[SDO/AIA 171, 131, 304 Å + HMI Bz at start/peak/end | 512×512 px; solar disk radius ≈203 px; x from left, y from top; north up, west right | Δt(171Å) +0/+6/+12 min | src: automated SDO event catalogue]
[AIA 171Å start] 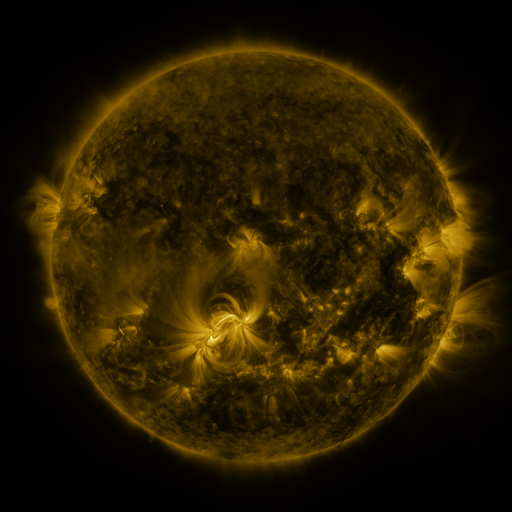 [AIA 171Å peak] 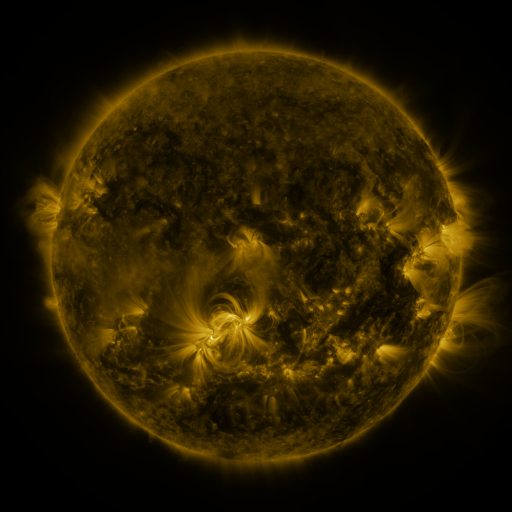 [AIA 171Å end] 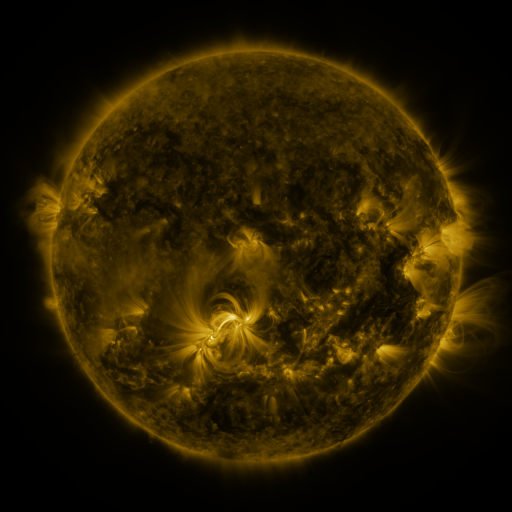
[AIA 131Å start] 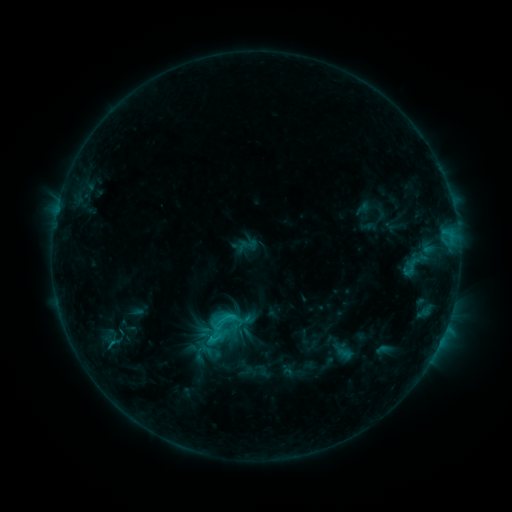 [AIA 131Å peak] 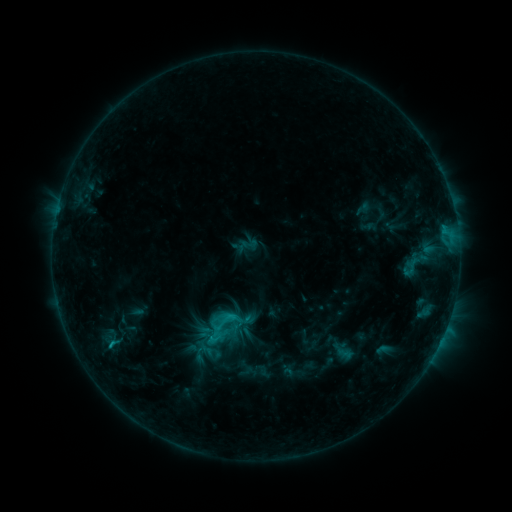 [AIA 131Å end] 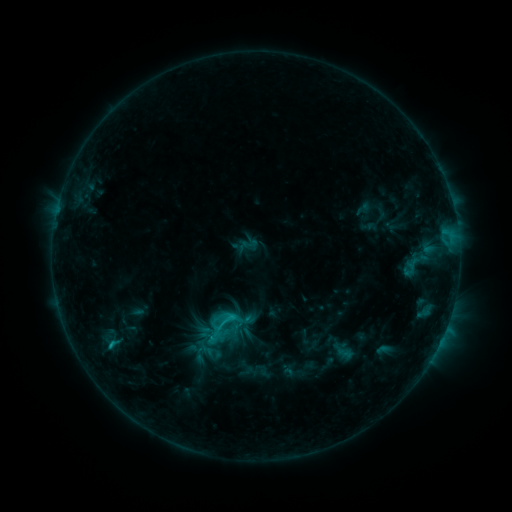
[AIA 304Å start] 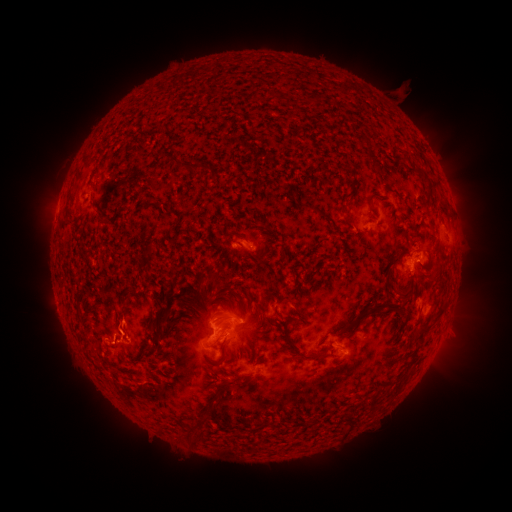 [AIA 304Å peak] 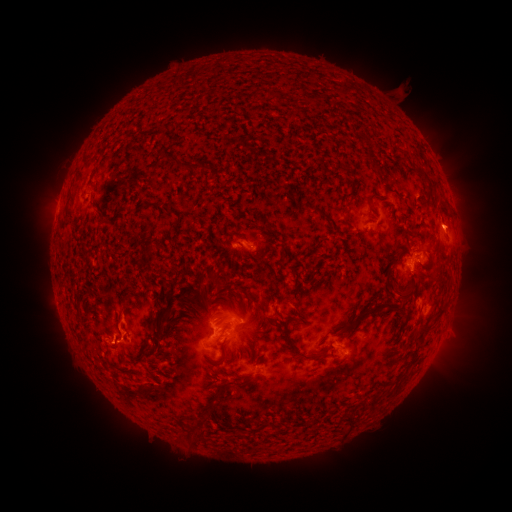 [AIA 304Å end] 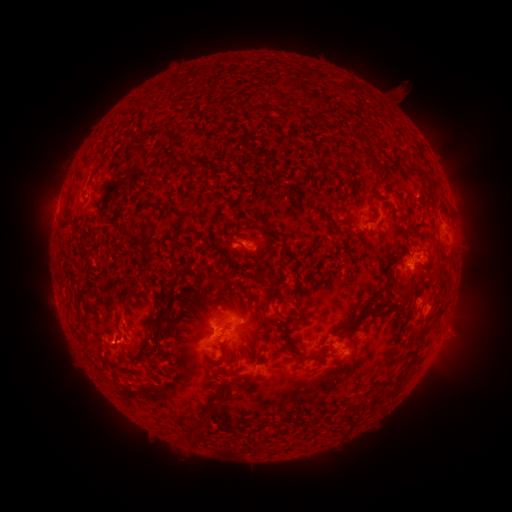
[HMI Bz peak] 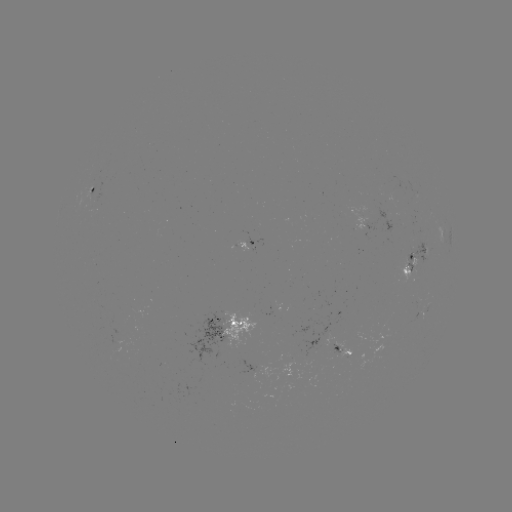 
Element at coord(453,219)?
eruption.